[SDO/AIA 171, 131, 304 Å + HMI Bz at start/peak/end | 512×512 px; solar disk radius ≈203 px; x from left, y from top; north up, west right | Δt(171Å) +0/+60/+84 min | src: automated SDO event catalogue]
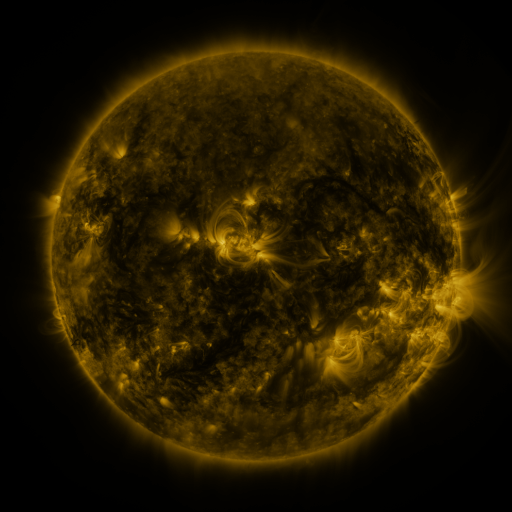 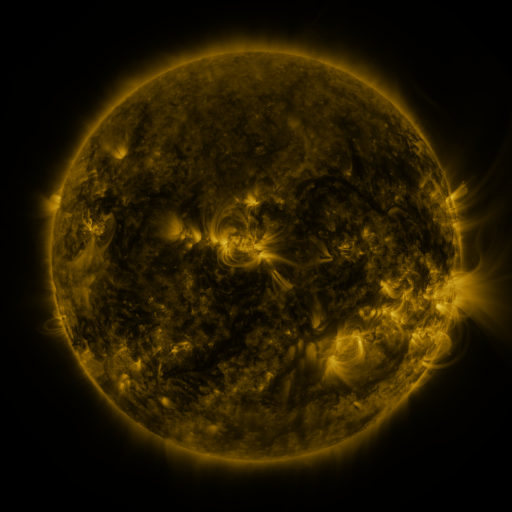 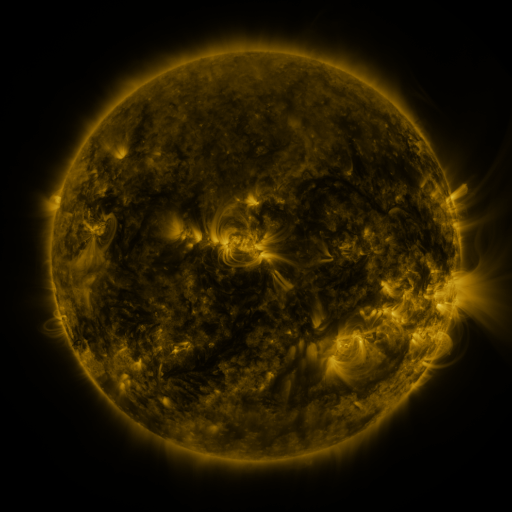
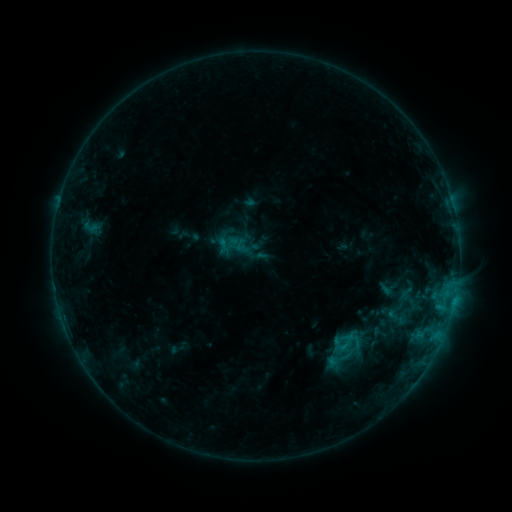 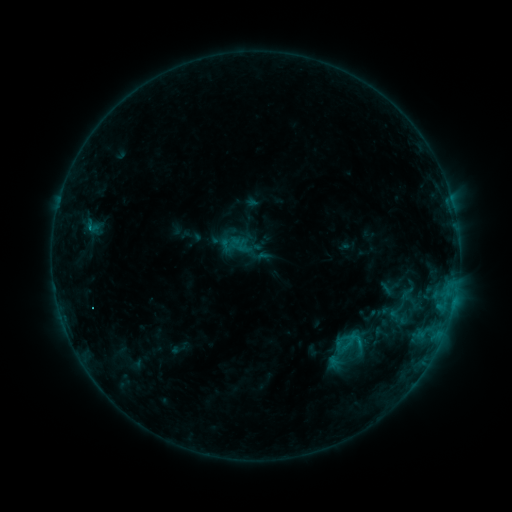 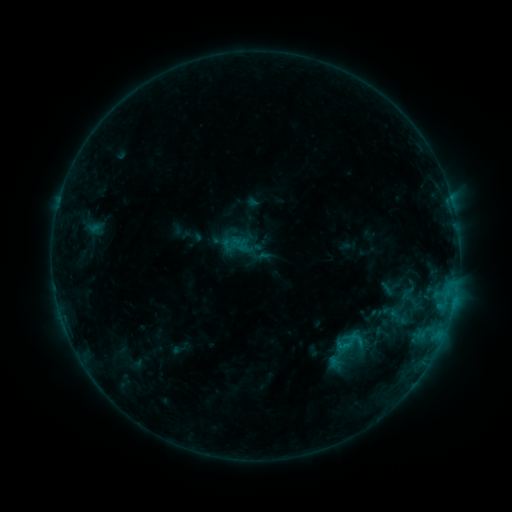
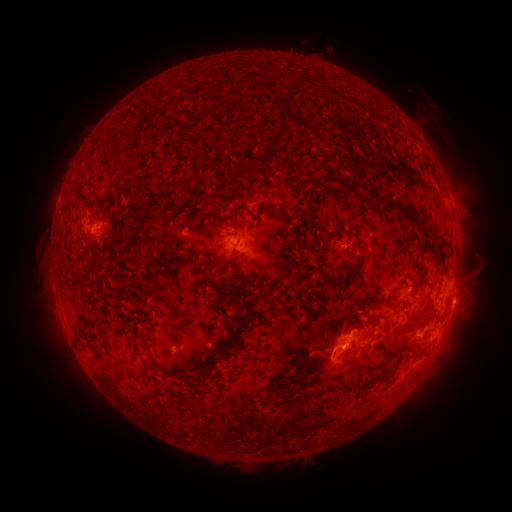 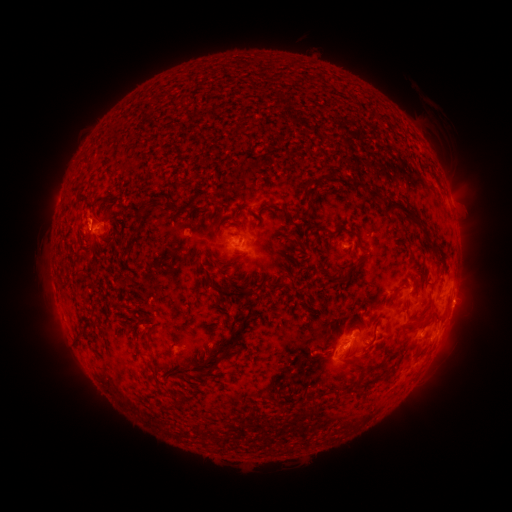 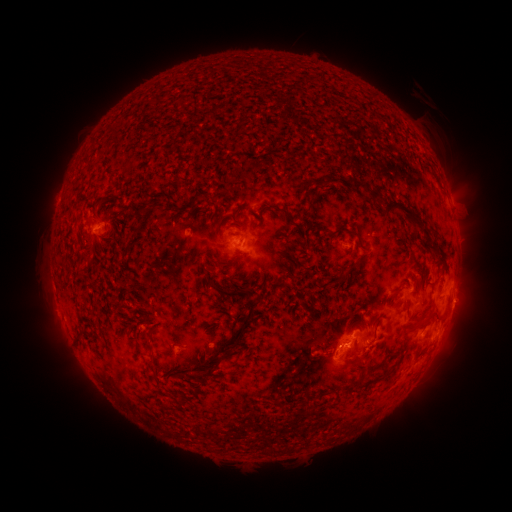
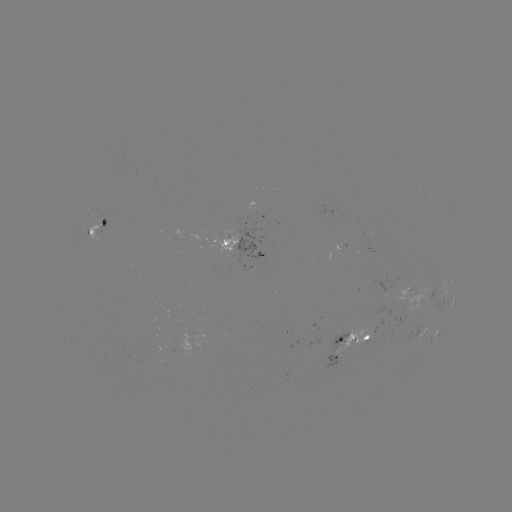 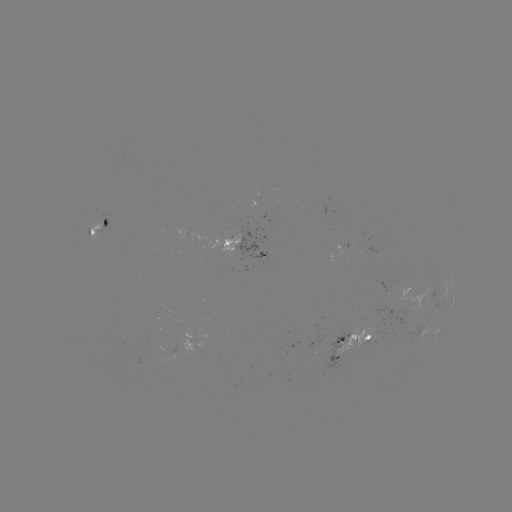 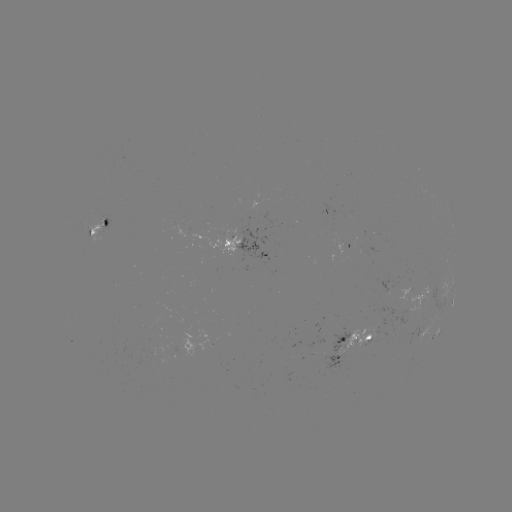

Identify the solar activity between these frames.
emerging-flux region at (366, 338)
